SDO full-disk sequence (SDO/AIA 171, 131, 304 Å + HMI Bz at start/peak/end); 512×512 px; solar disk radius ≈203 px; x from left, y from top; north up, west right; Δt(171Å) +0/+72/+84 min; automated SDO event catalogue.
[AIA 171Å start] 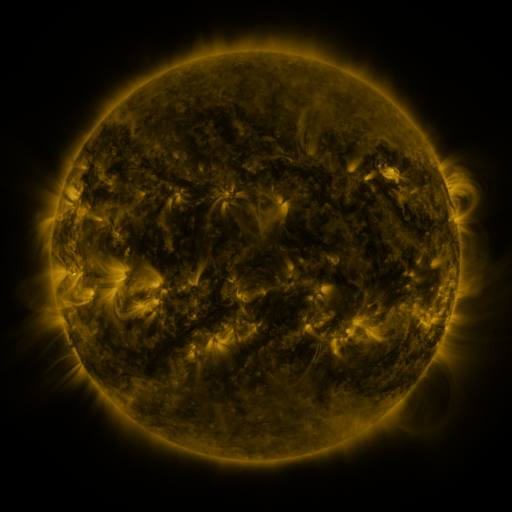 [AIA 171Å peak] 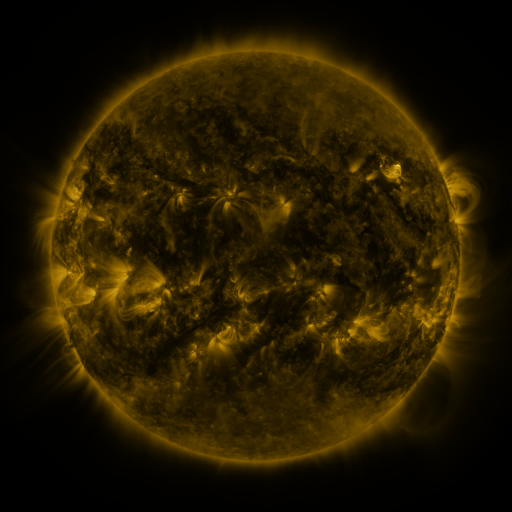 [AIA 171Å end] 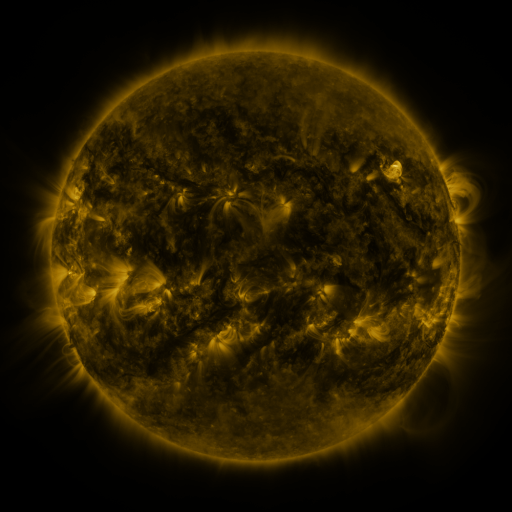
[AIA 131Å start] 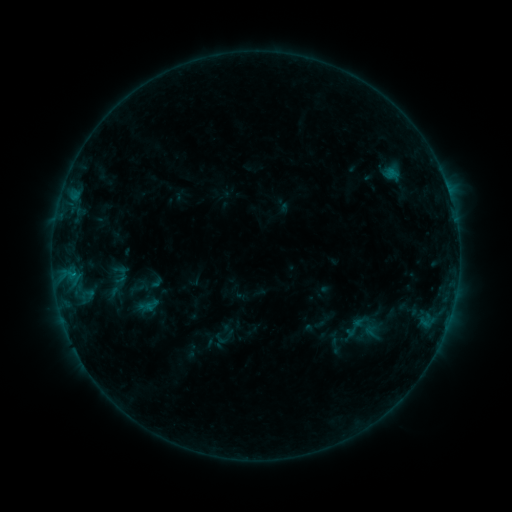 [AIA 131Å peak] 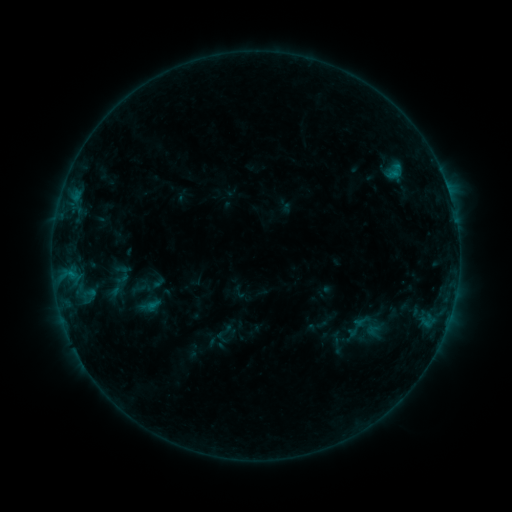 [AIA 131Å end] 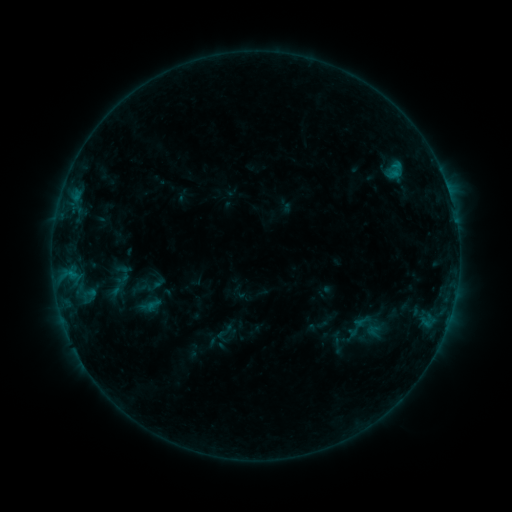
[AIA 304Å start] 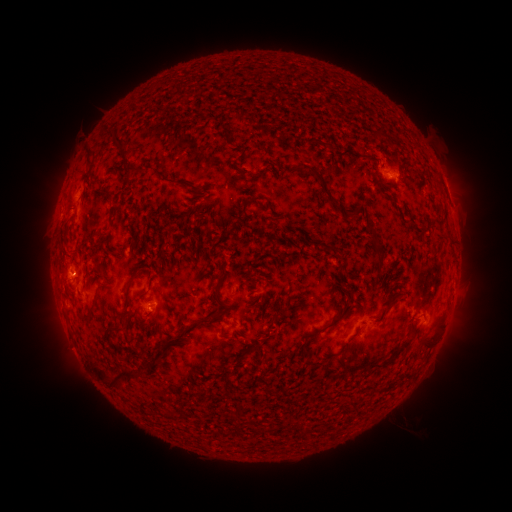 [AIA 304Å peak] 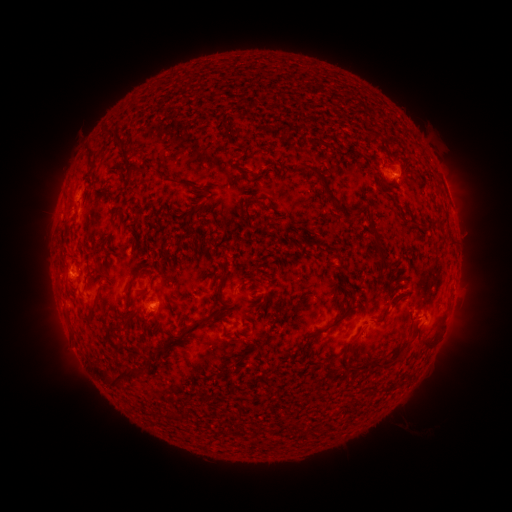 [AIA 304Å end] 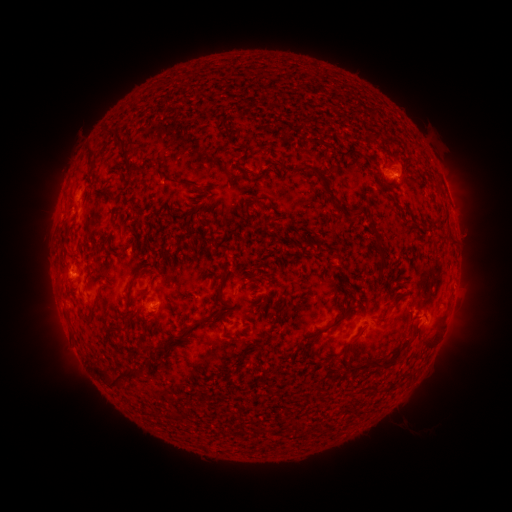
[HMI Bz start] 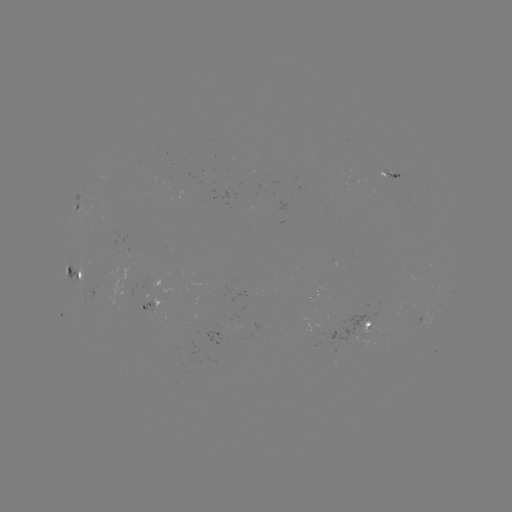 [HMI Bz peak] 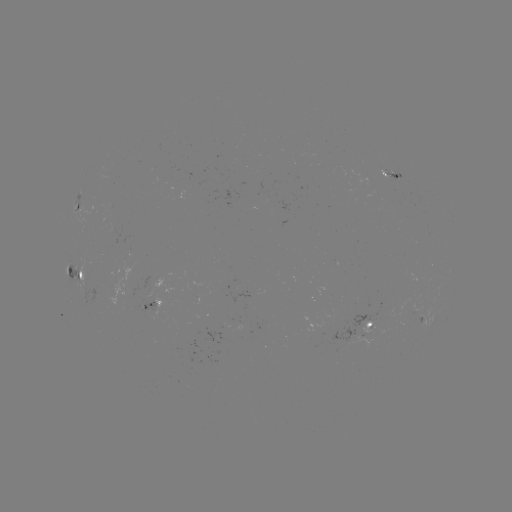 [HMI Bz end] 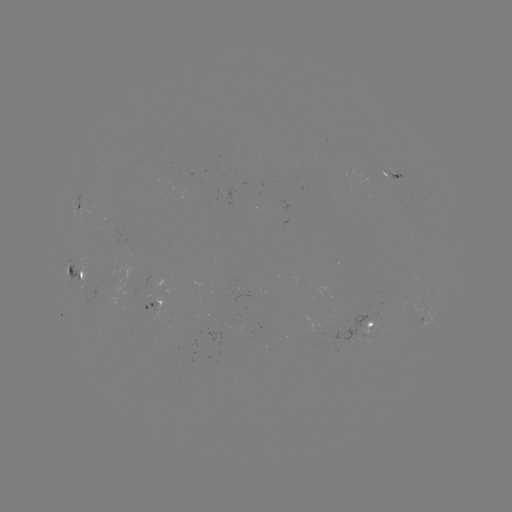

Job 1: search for emerging-flux region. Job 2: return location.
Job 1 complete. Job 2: (152, 300).